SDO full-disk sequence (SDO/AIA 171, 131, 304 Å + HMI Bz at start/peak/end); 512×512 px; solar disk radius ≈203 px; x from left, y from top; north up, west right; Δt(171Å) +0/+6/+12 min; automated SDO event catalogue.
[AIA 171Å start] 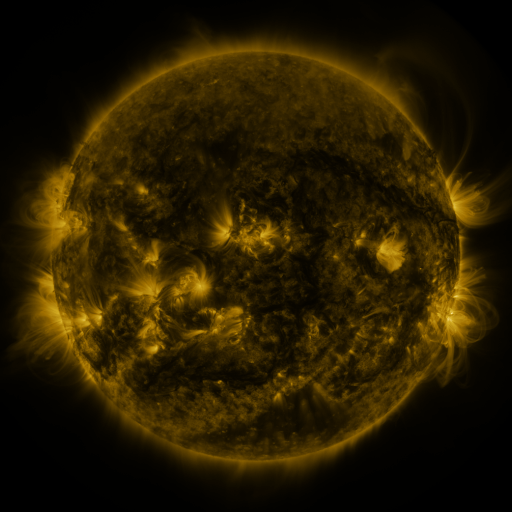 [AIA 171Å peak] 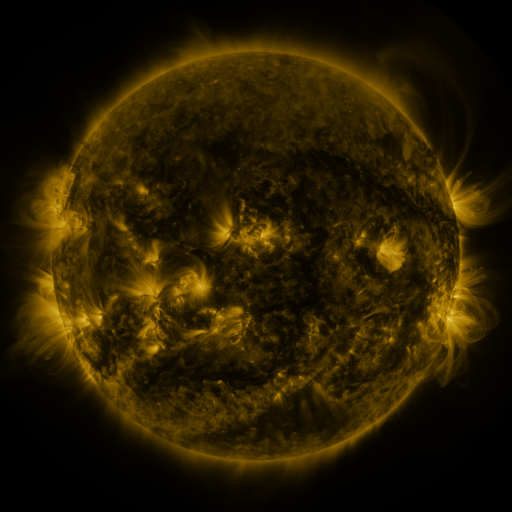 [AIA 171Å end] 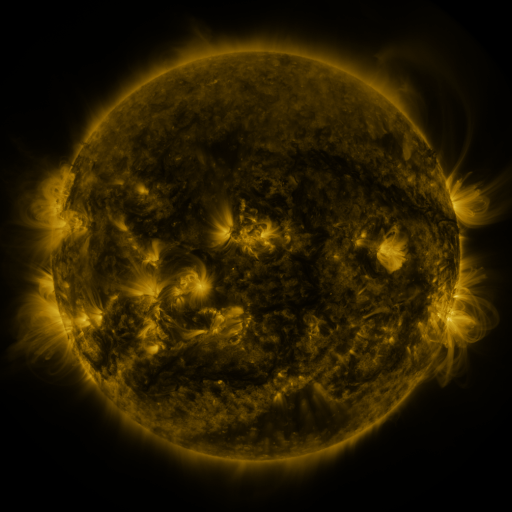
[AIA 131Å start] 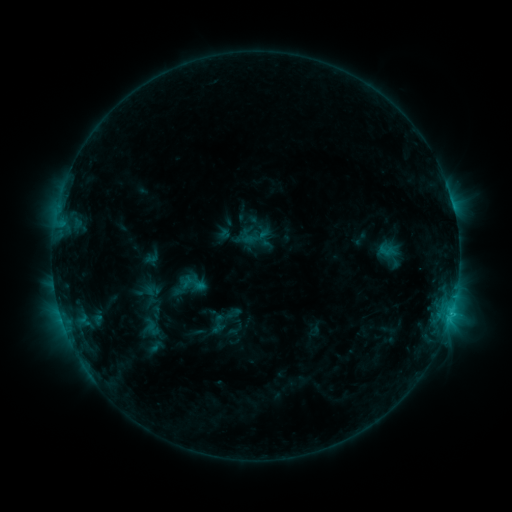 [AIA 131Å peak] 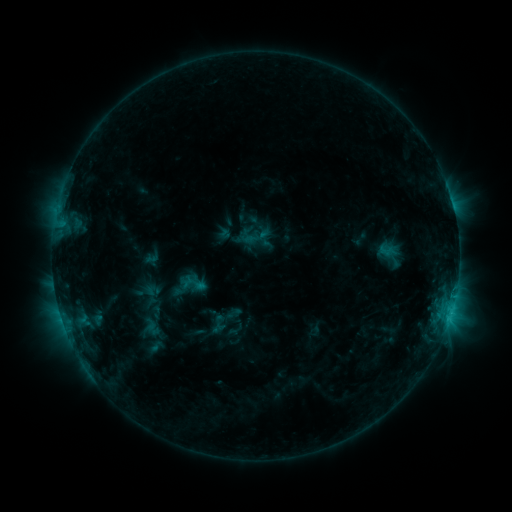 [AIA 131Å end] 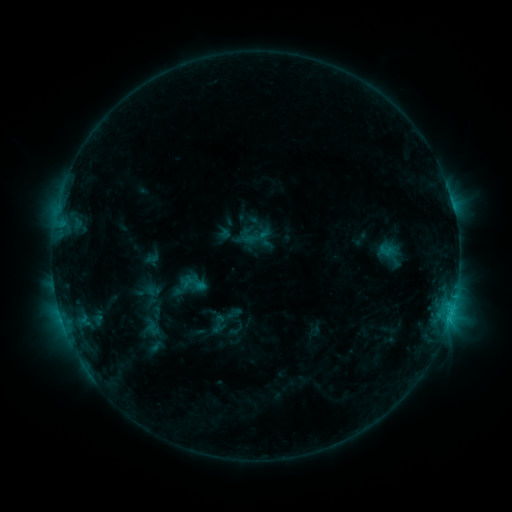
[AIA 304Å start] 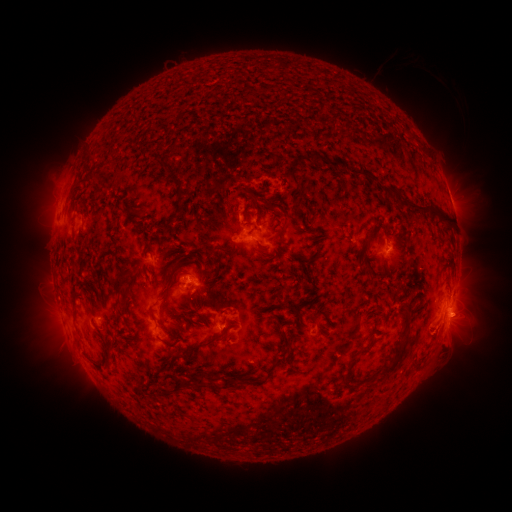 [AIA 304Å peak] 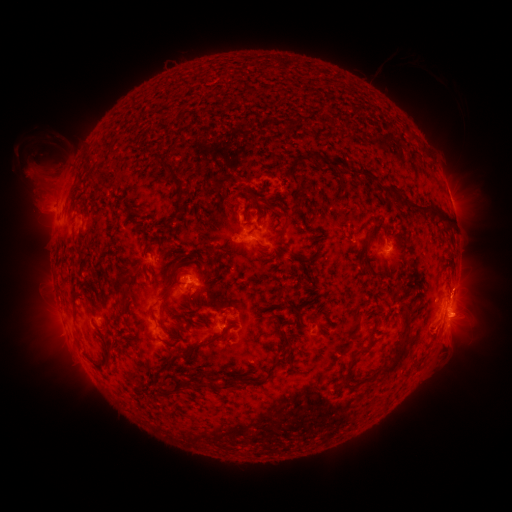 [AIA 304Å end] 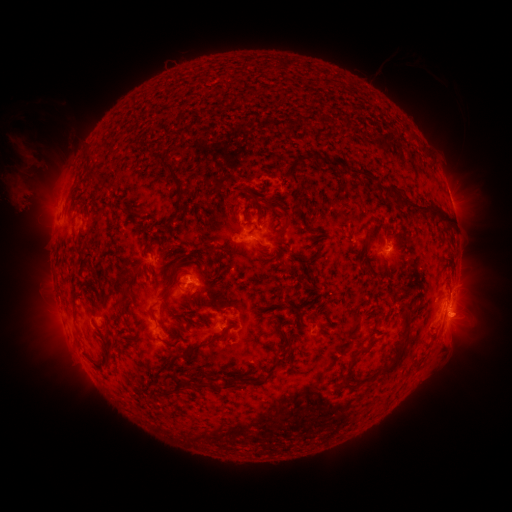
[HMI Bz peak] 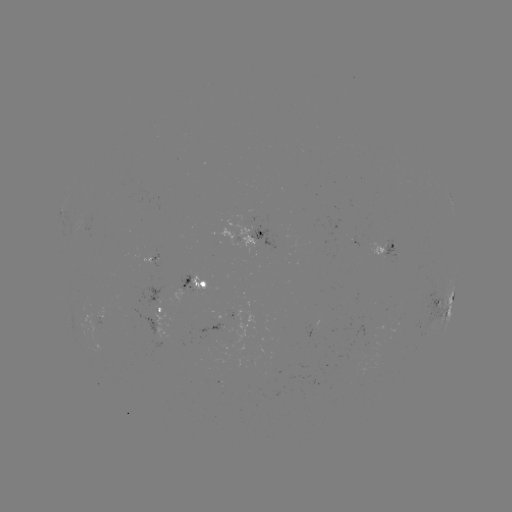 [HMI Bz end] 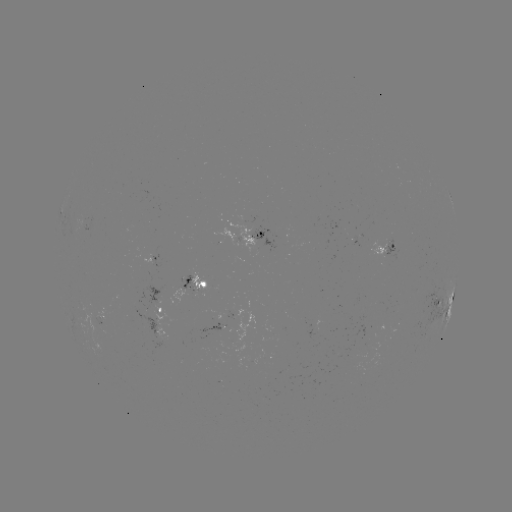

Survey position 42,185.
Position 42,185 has eruption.